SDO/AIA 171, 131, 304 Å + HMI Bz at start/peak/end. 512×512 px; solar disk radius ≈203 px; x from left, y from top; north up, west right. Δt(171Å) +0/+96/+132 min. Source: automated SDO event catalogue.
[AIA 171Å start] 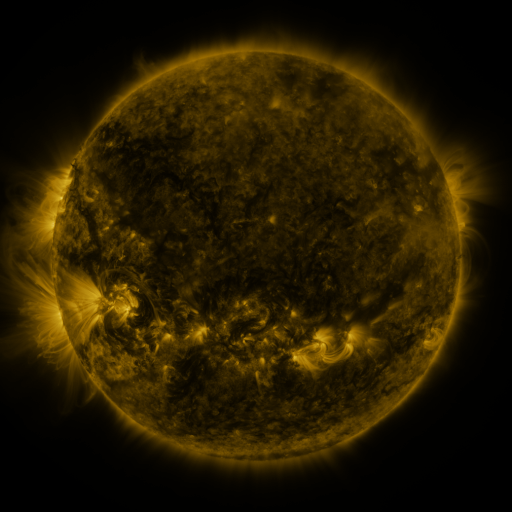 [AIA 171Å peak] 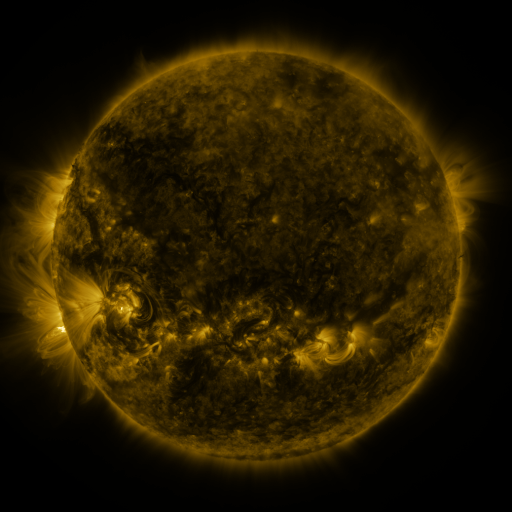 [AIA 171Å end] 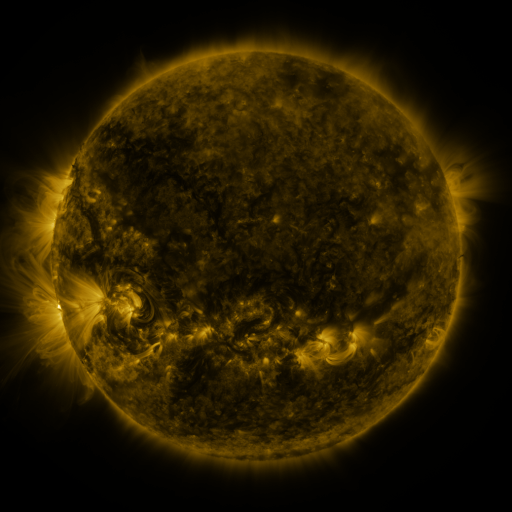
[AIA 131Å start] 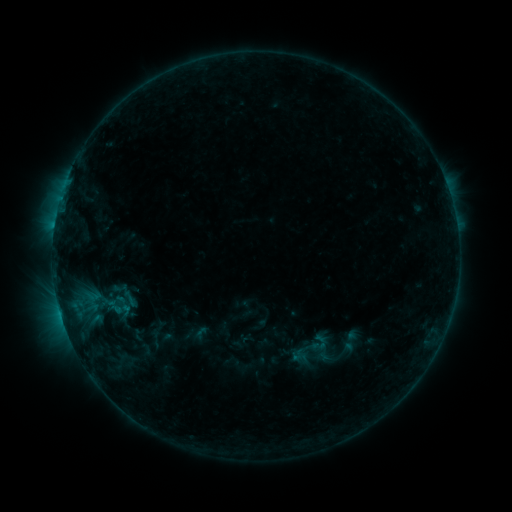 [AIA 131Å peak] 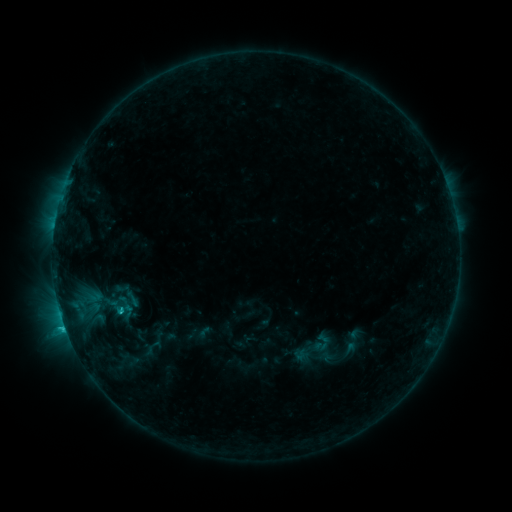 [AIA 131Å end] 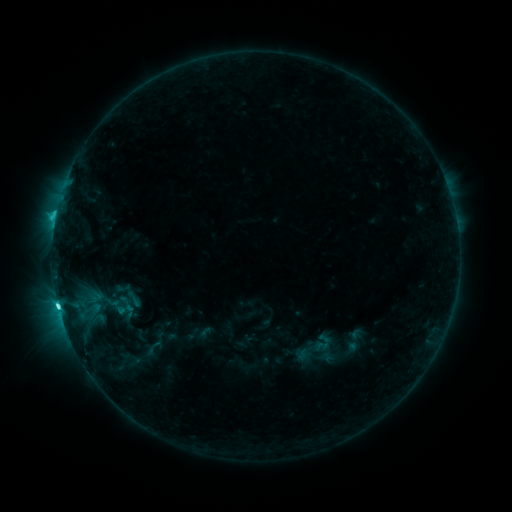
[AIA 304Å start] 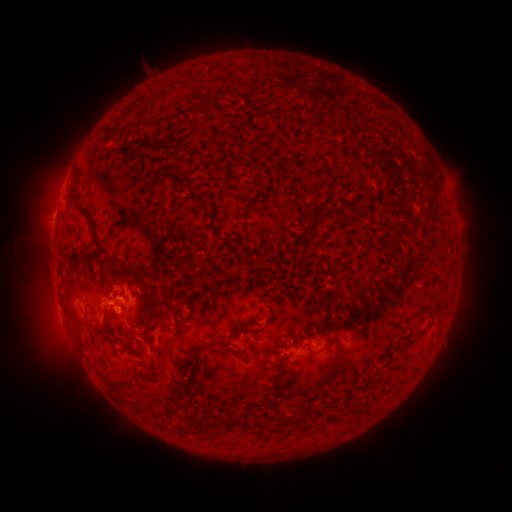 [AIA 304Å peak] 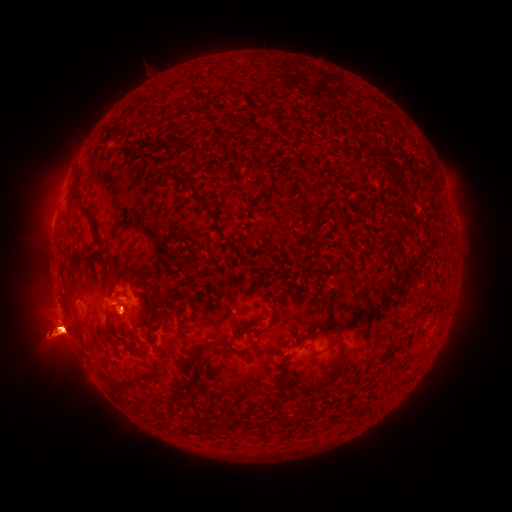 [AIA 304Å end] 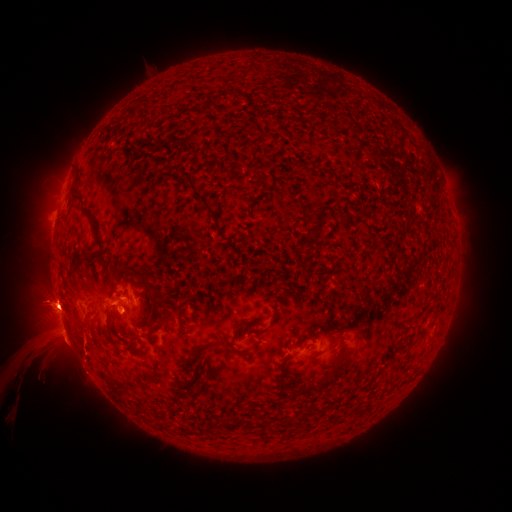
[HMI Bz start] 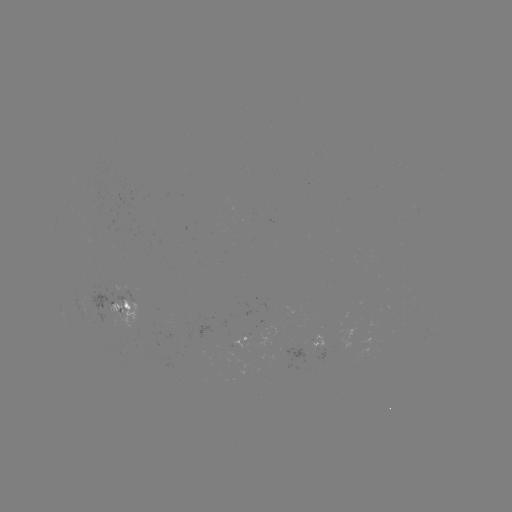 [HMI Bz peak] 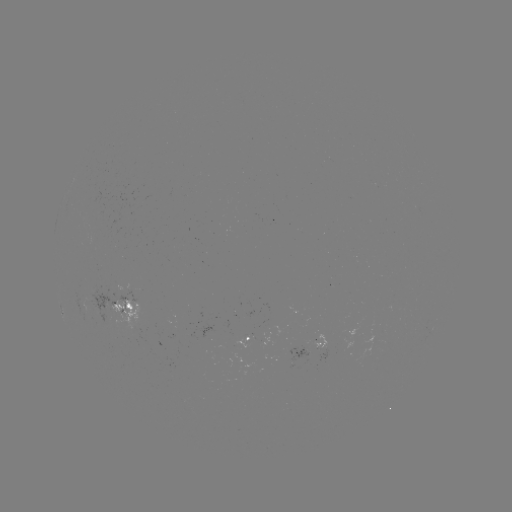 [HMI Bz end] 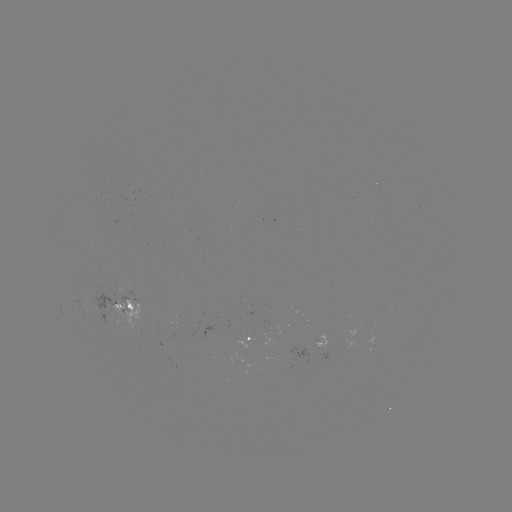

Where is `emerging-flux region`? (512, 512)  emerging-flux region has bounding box [262, 304, 272, 315].